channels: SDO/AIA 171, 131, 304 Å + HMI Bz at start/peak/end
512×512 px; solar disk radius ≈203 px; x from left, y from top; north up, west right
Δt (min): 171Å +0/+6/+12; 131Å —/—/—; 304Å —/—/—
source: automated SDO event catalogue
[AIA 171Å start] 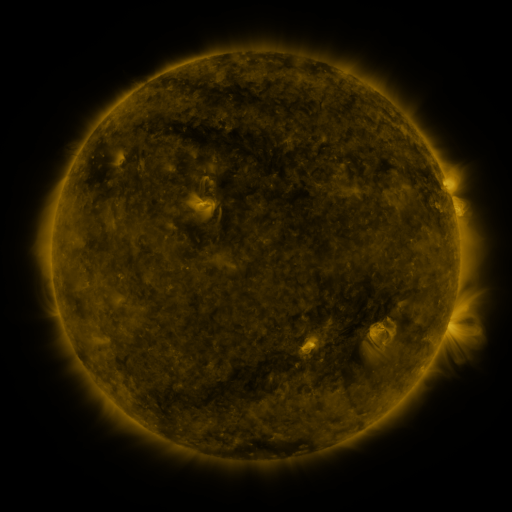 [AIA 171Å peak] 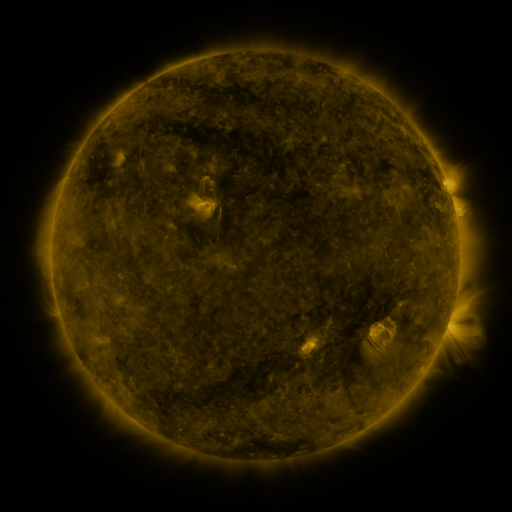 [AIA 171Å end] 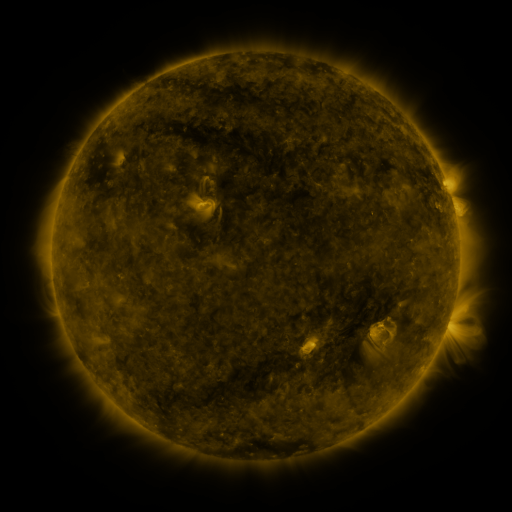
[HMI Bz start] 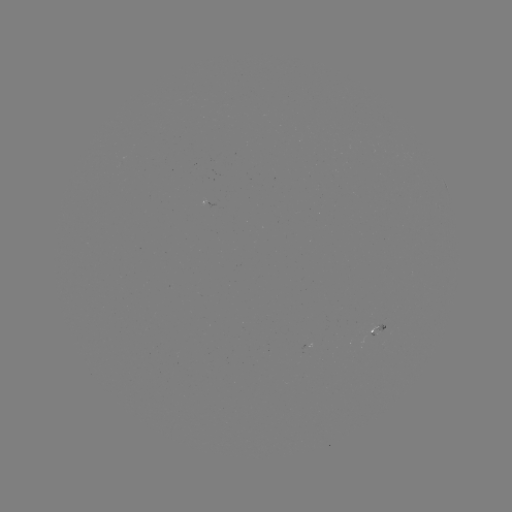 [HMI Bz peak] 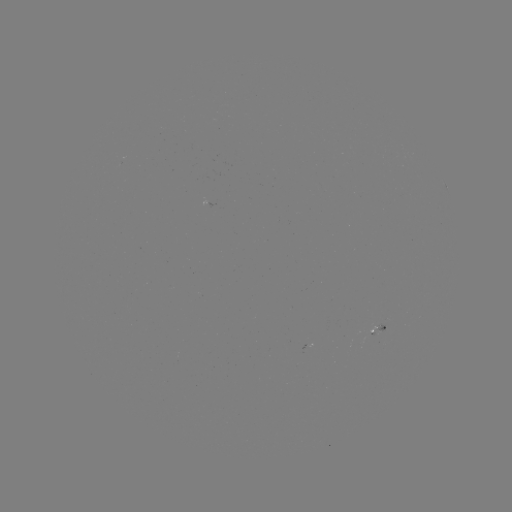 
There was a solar flare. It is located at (379, 322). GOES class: B1.4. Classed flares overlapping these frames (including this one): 1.